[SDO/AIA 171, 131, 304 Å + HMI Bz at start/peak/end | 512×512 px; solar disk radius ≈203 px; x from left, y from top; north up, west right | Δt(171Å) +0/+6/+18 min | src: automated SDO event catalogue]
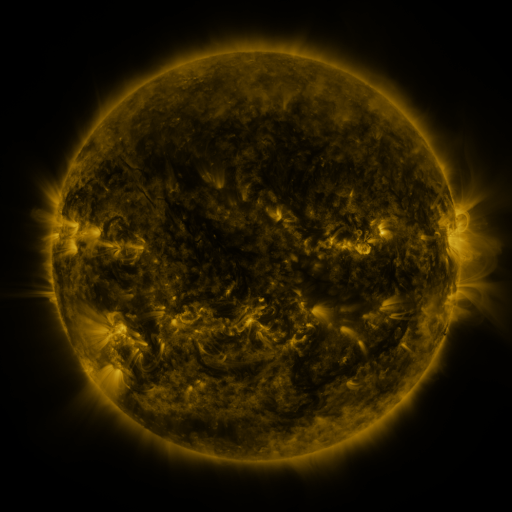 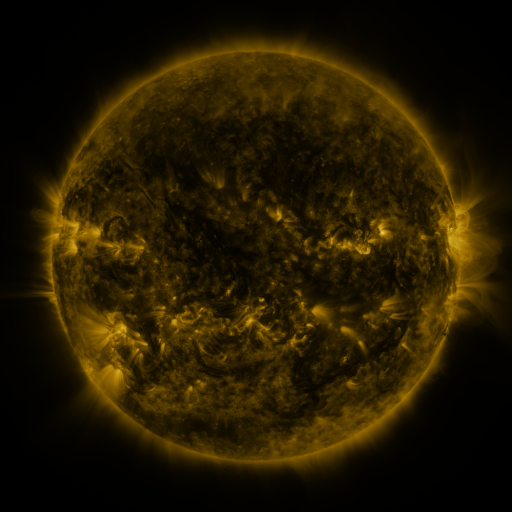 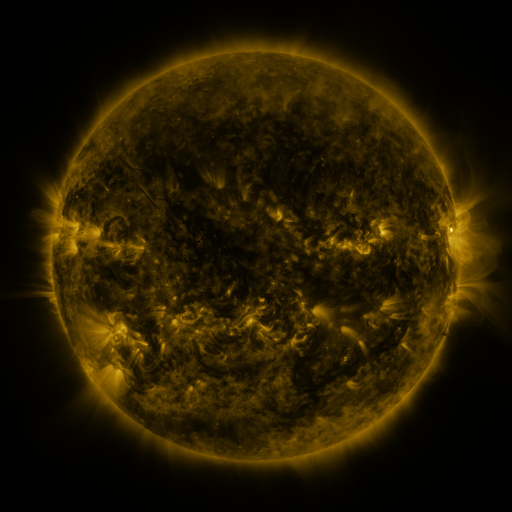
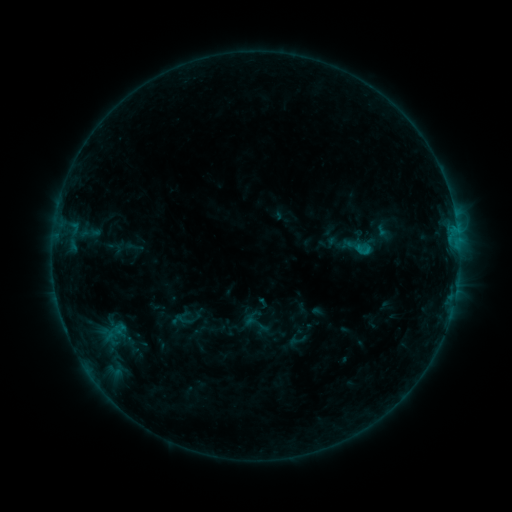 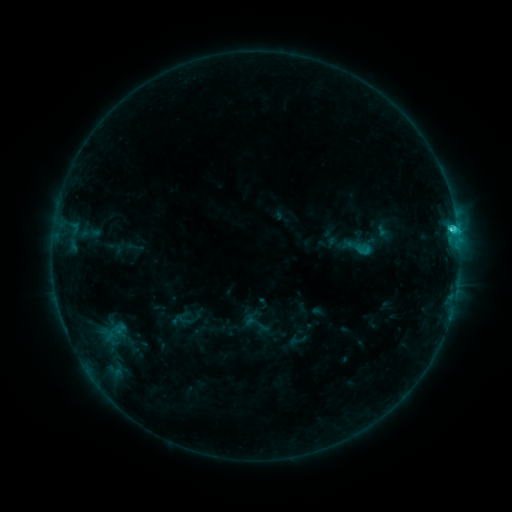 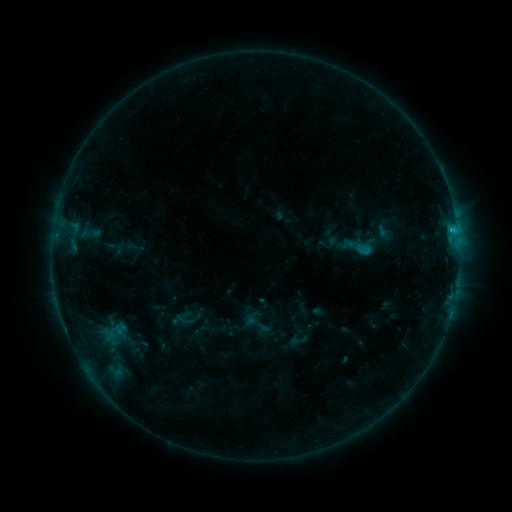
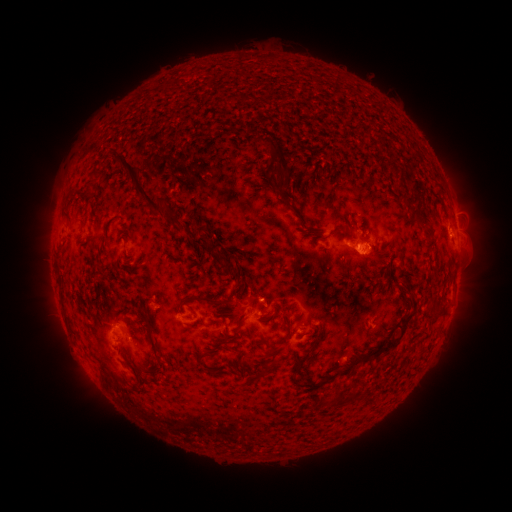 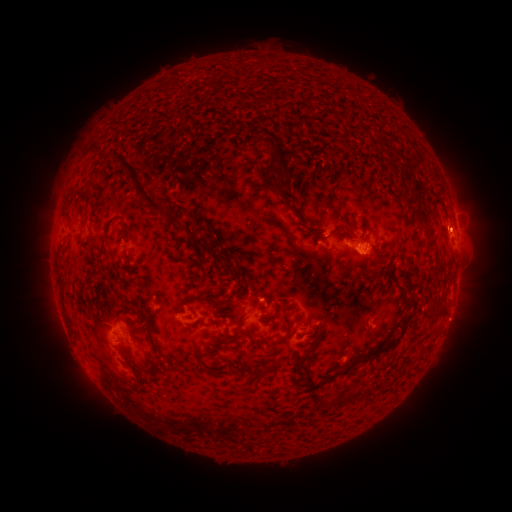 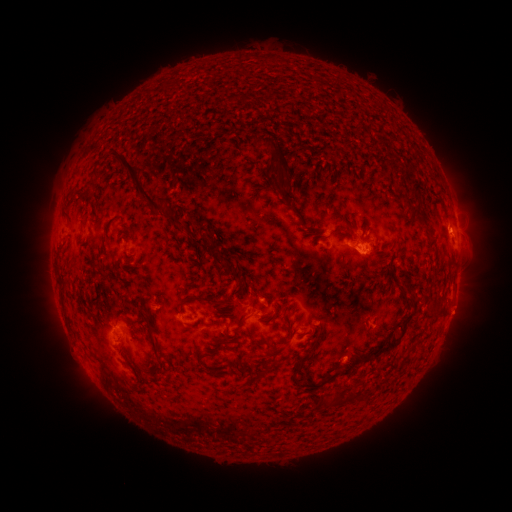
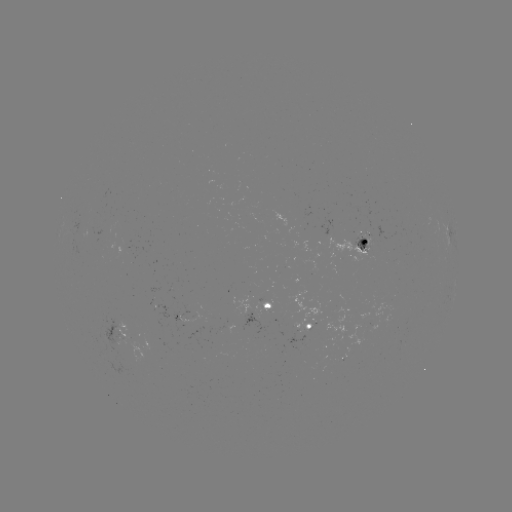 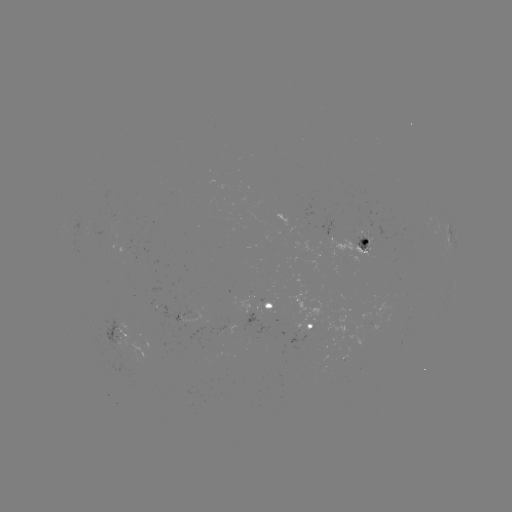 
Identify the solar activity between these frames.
C1.9 flare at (452, 233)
